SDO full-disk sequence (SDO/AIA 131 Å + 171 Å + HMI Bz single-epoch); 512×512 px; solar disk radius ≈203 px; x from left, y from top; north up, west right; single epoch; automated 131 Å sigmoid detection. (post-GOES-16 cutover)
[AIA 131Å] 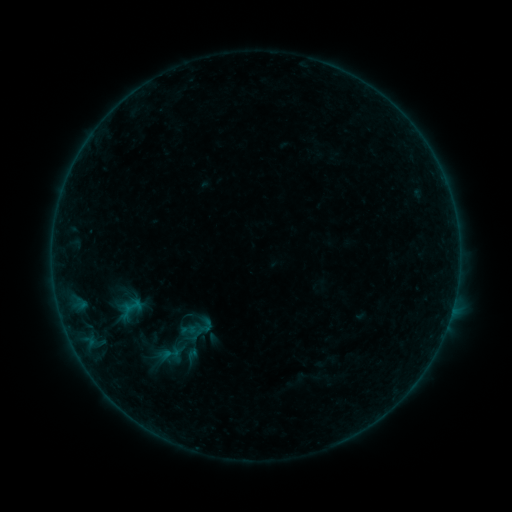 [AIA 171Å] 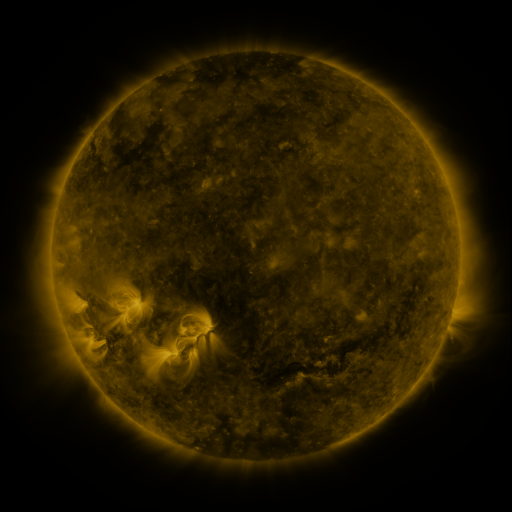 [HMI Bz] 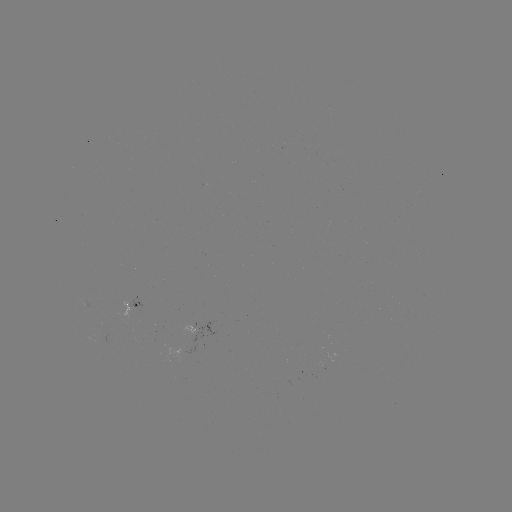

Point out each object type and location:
sigmoid: (204, 327)
sigmoid: (170, 354)
